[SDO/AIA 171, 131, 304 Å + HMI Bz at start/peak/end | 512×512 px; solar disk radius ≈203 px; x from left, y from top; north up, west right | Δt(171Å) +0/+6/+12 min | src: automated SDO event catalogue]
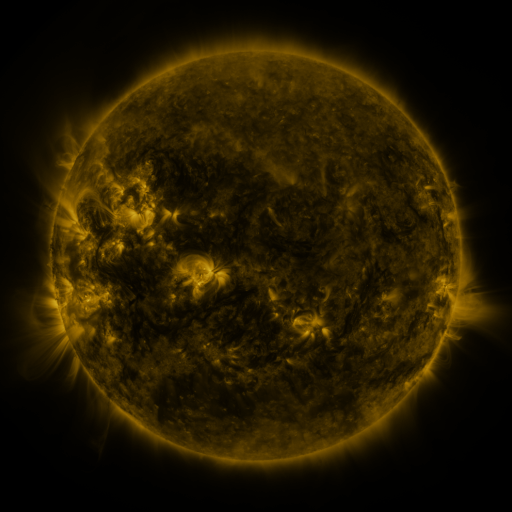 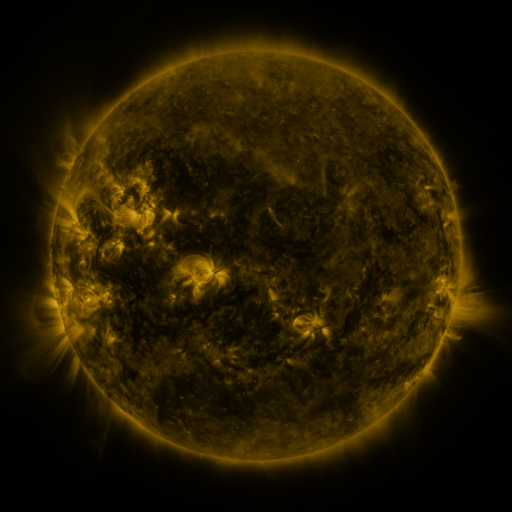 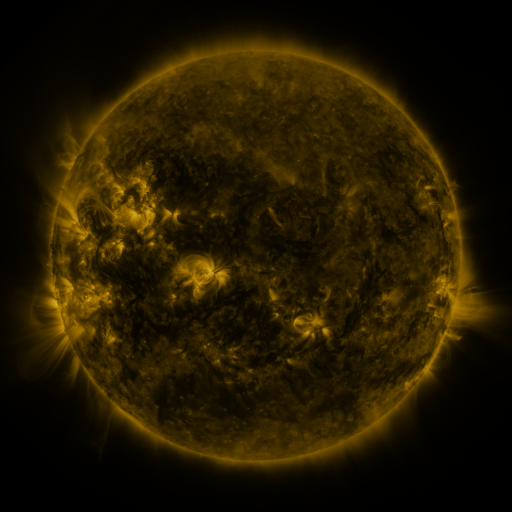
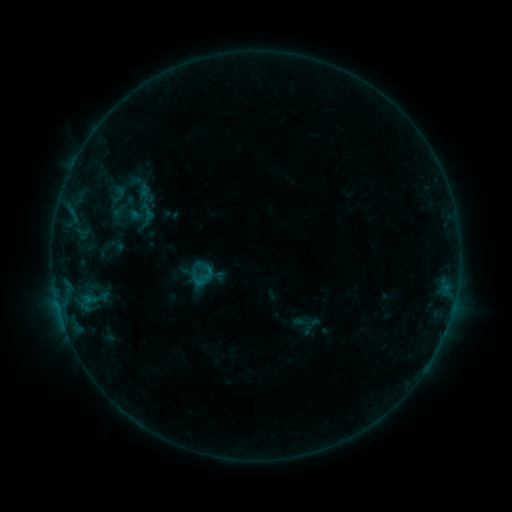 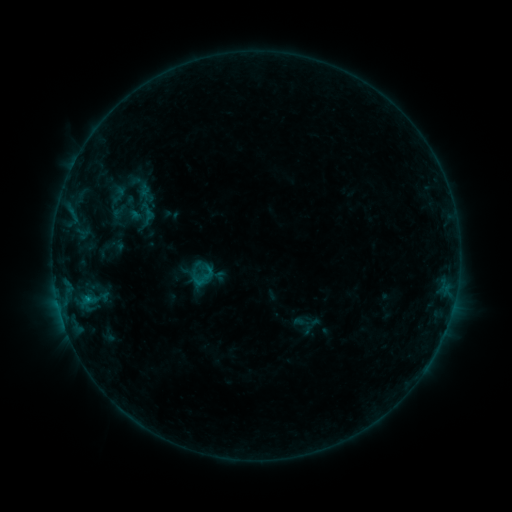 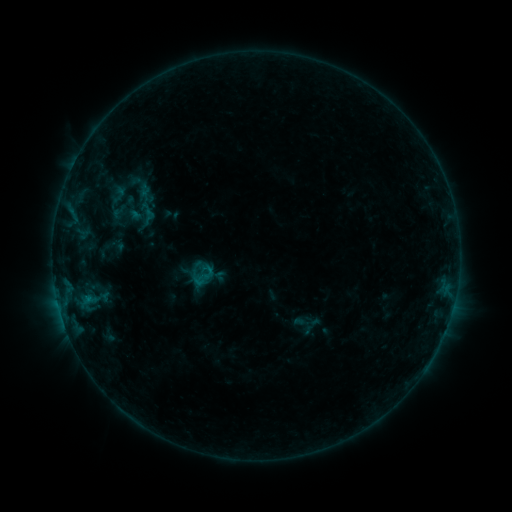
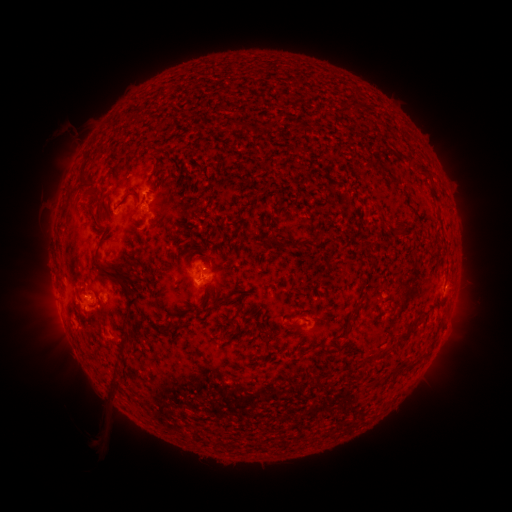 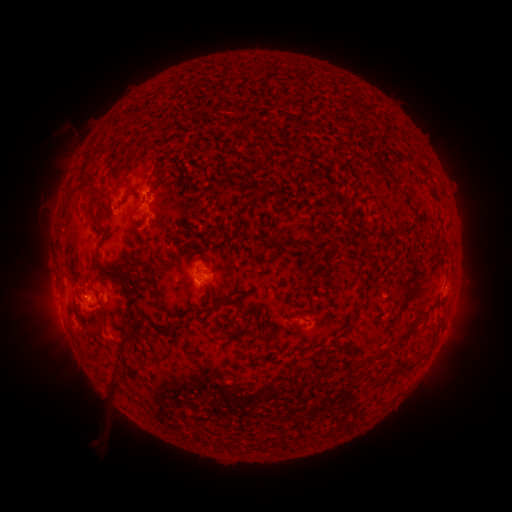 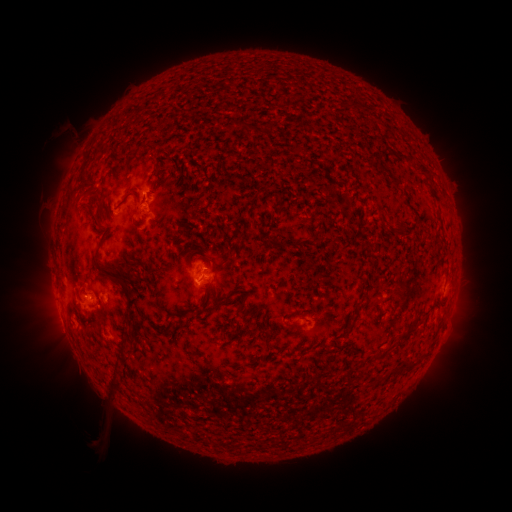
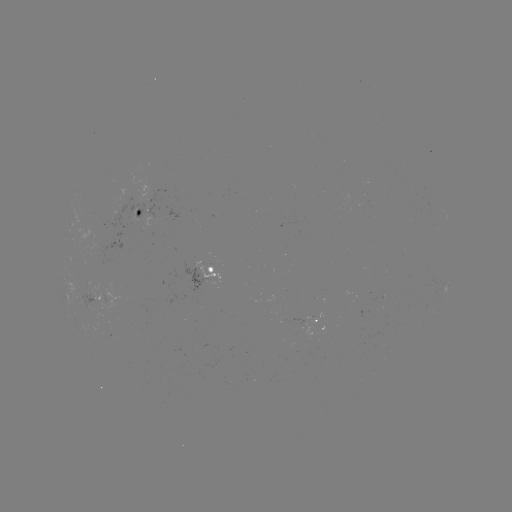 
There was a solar flare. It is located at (88, 297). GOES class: B3.9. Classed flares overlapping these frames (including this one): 1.